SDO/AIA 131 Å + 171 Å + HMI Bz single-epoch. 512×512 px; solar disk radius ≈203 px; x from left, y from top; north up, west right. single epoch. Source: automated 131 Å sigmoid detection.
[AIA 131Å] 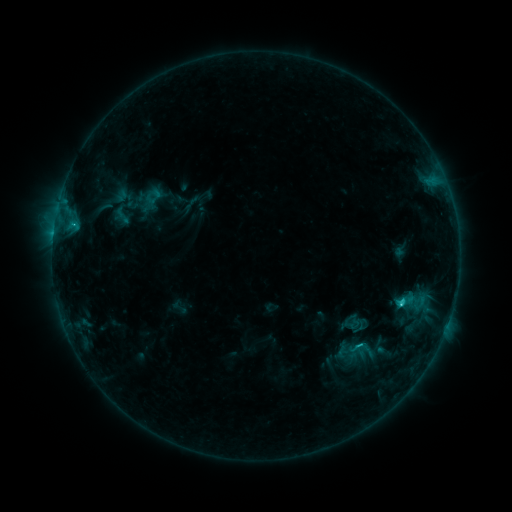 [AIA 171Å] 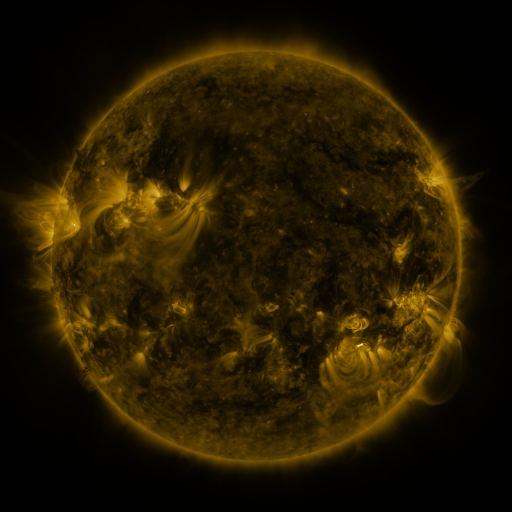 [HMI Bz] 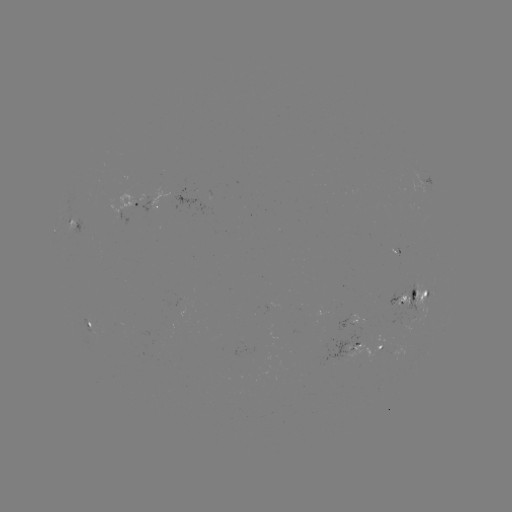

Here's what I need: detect sigmoid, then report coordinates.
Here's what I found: sigmoid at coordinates (122, 216).